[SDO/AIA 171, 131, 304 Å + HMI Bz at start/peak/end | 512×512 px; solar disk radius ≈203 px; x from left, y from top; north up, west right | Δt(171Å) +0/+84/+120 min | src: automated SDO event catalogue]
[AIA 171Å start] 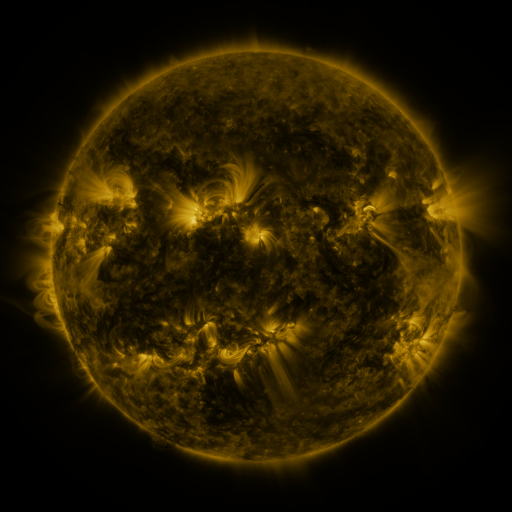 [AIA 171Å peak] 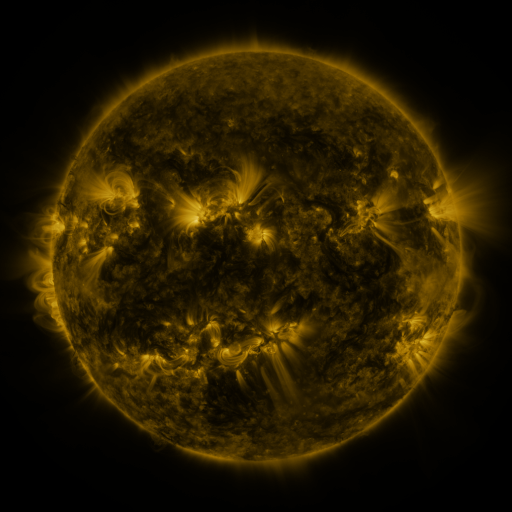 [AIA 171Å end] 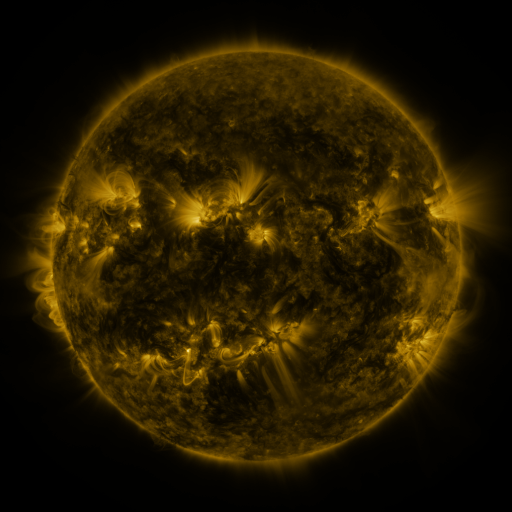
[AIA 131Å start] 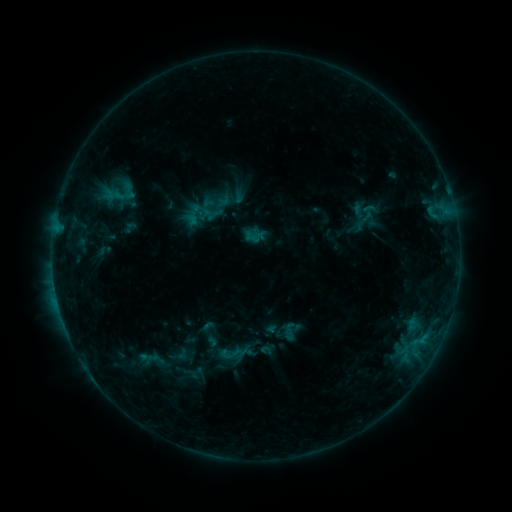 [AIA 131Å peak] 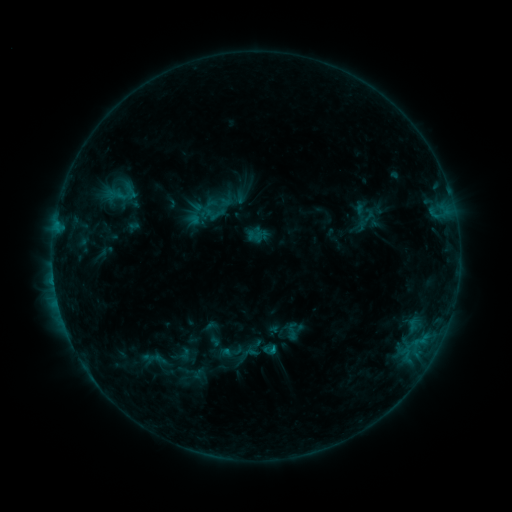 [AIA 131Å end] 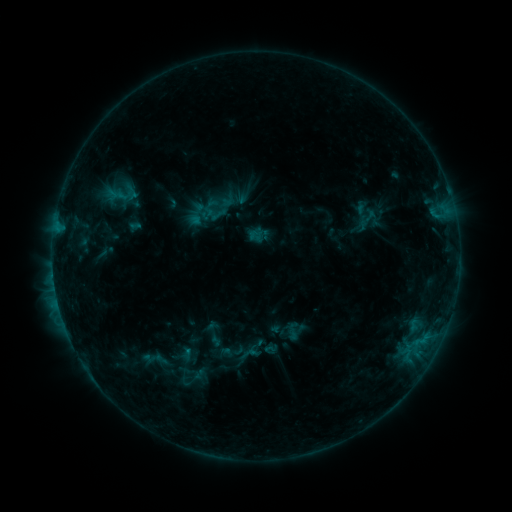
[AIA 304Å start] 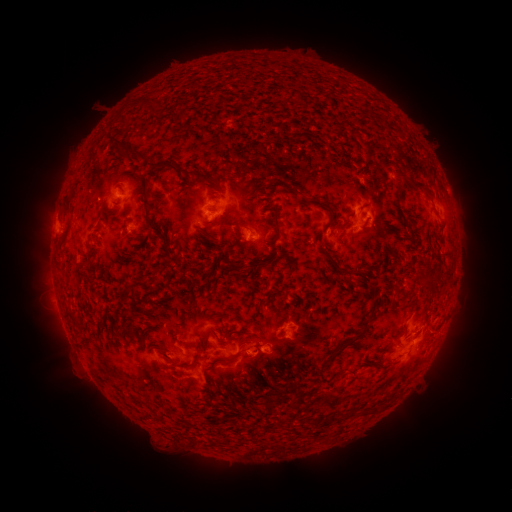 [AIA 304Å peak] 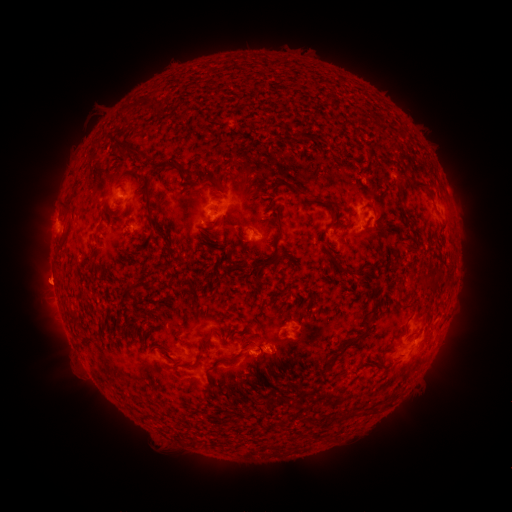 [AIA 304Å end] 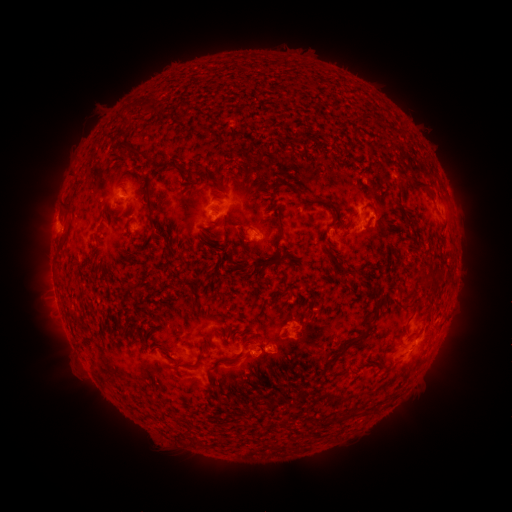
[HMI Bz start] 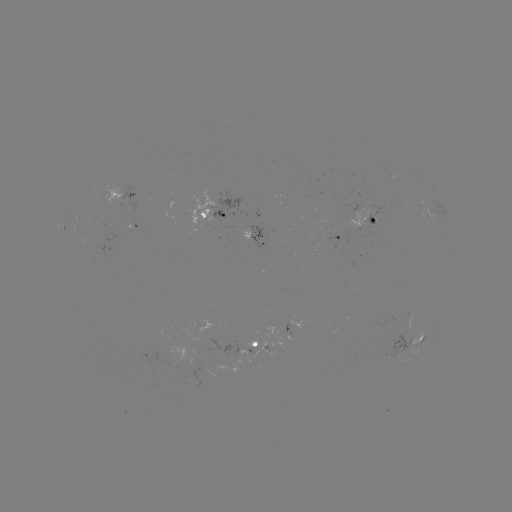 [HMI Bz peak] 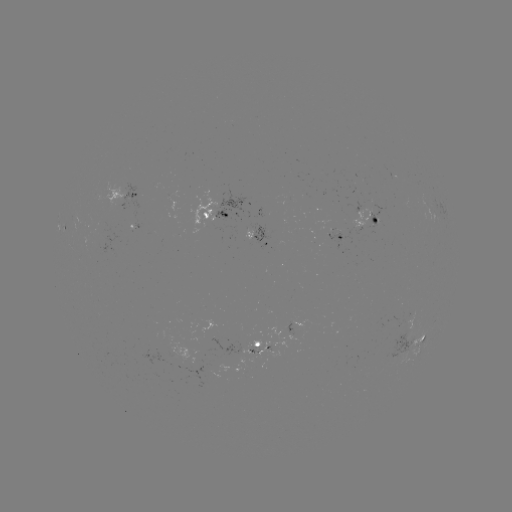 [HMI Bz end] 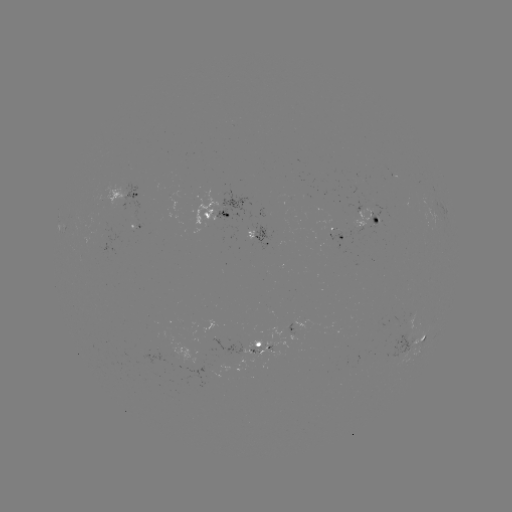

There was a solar emerging-flux region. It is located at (250, 350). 